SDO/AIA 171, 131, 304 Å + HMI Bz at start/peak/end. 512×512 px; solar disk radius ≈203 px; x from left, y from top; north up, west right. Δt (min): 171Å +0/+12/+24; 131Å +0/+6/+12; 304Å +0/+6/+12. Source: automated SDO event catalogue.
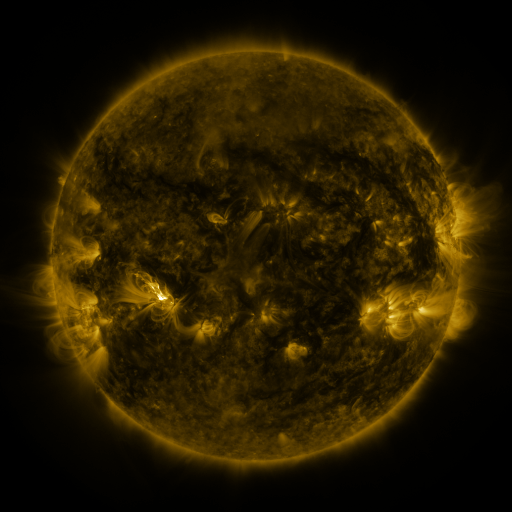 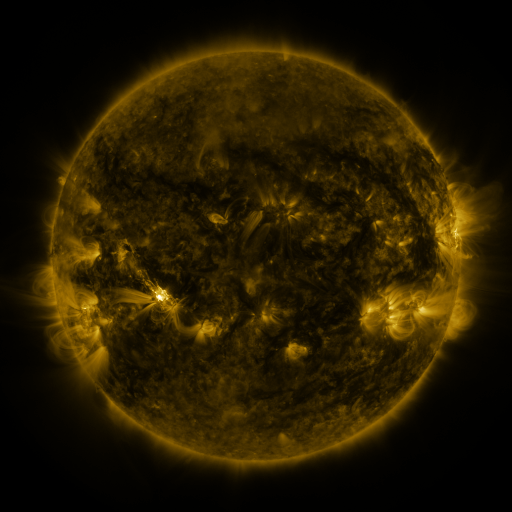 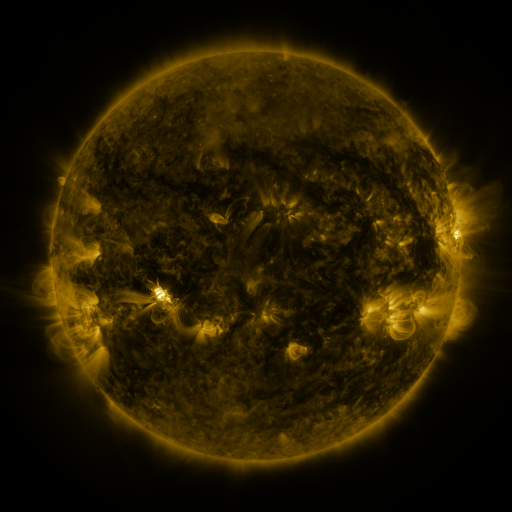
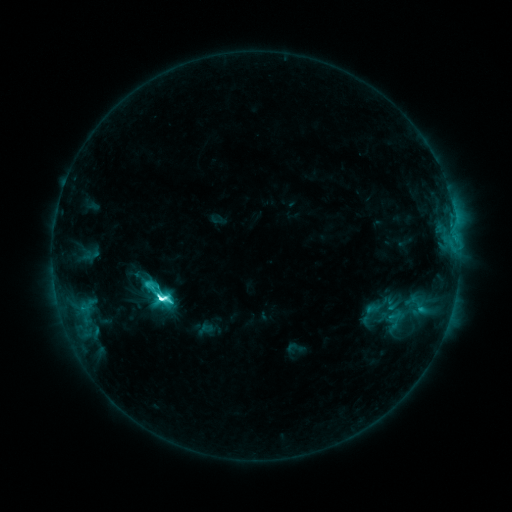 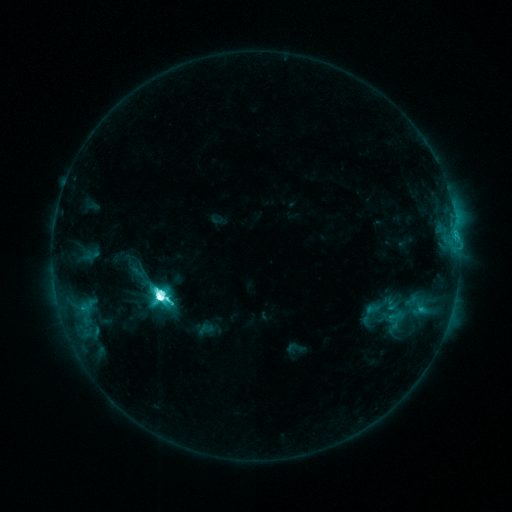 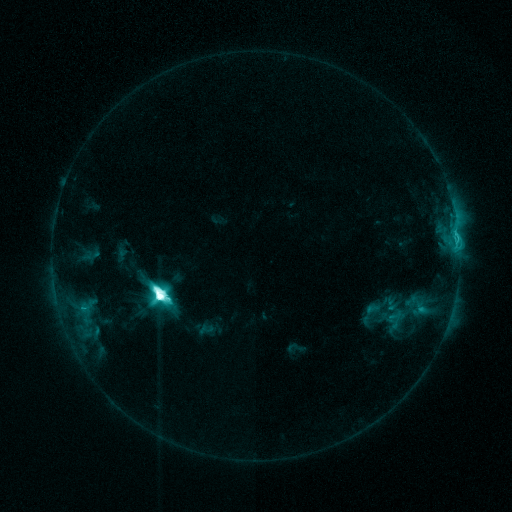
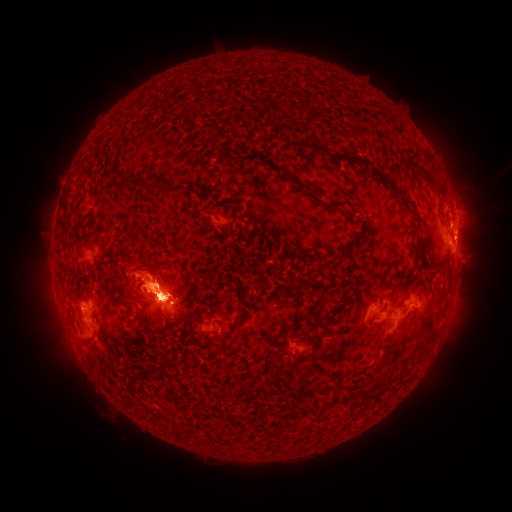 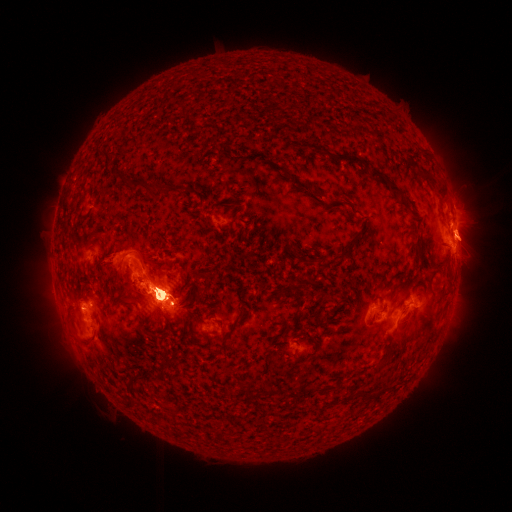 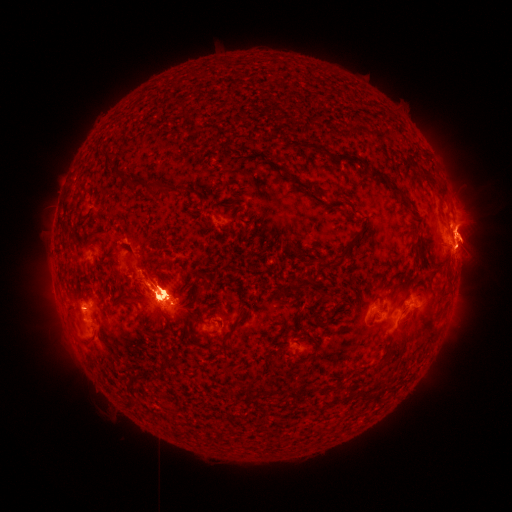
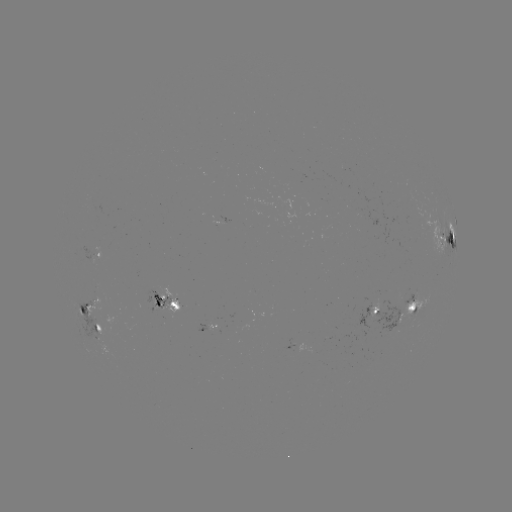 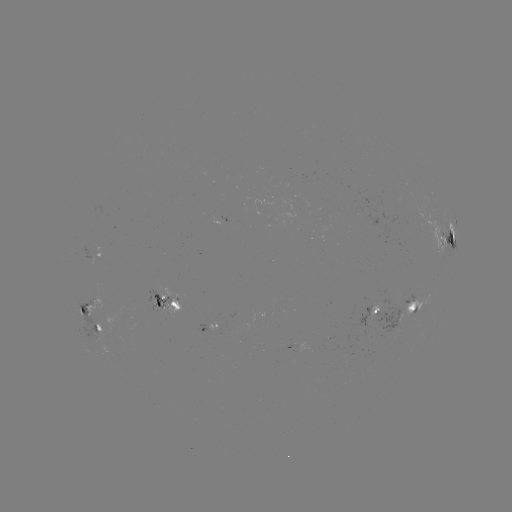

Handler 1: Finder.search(M4.4 flare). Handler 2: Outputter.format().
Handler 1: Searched M4.4 flare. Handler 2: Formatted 160,291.